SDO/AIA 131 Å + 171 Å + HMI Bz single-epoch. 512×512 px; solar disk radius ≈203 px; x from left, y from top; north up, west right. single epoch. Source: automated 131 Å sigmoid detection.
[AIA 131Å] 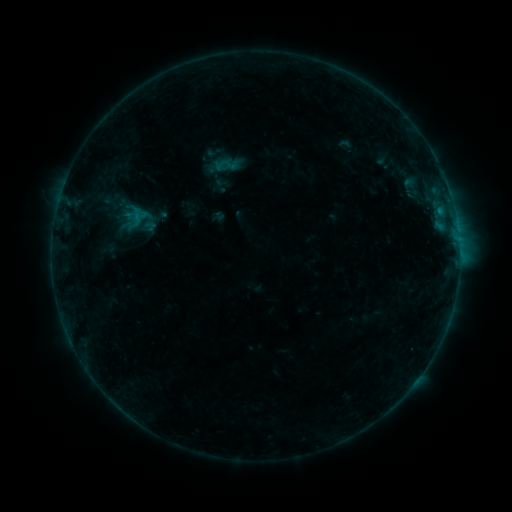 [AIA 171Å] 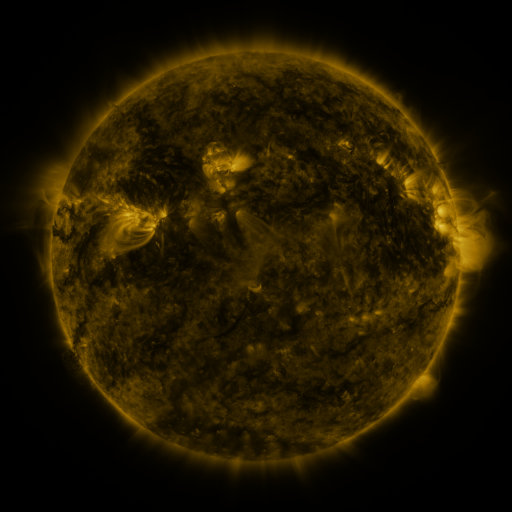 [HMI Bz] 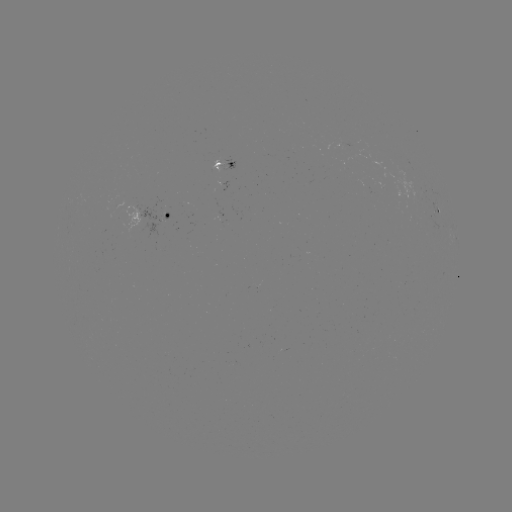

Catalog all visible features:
sigmoid: <bbox>213, 156, 231, 174</bbox>
